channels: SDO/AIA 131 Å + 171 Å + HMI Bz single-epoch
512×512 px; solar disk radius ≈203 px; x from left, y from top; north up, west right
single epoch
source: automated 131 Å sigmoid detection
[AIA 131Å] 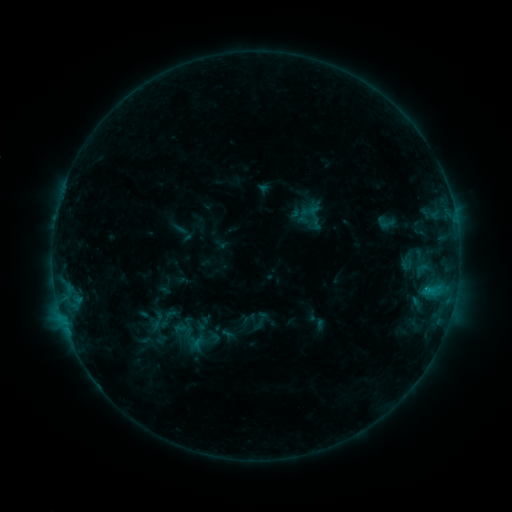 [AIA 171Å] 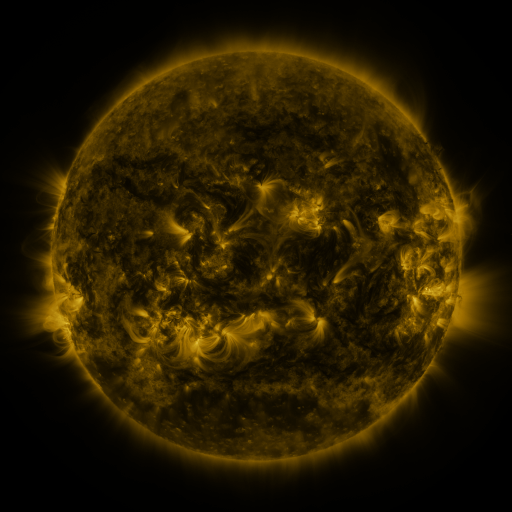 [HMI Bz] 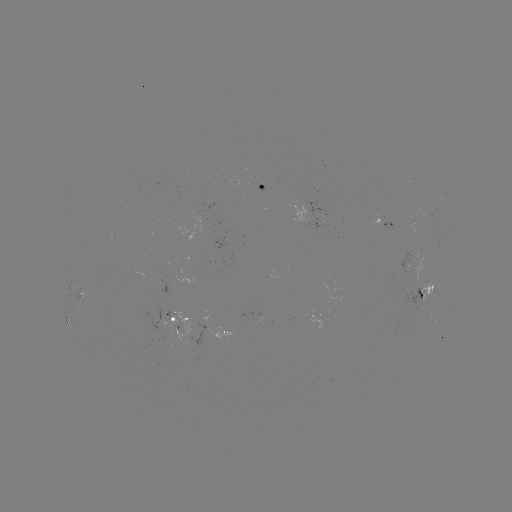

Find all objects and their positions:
sigmoid: (386, 222)
